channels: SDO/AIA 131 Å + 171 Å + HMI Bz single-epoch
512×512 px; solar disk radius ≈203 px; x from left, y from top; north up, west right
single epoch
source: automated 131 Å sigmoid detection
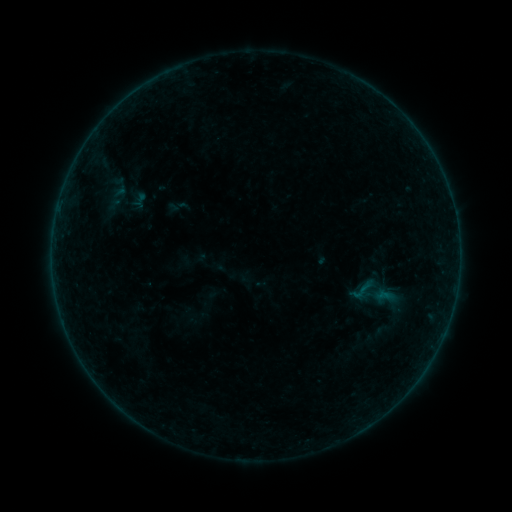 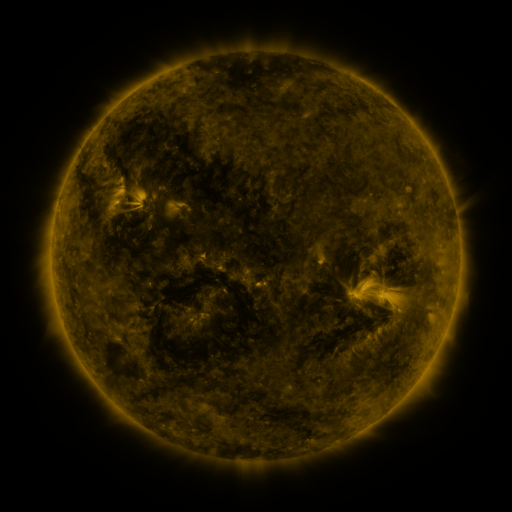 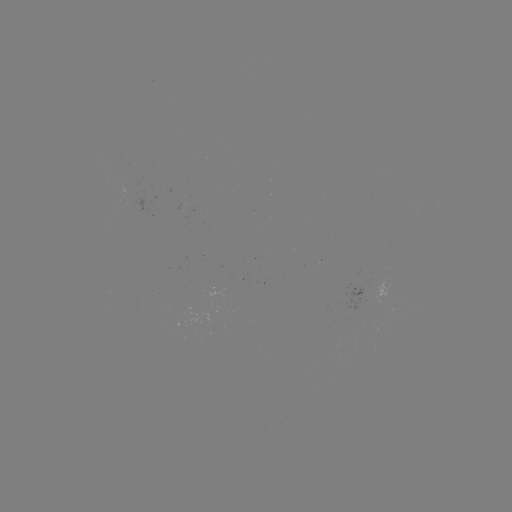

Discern sigmoid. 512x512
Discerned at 362,290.